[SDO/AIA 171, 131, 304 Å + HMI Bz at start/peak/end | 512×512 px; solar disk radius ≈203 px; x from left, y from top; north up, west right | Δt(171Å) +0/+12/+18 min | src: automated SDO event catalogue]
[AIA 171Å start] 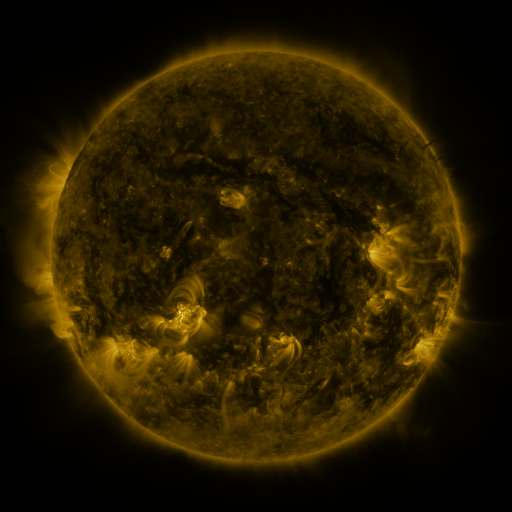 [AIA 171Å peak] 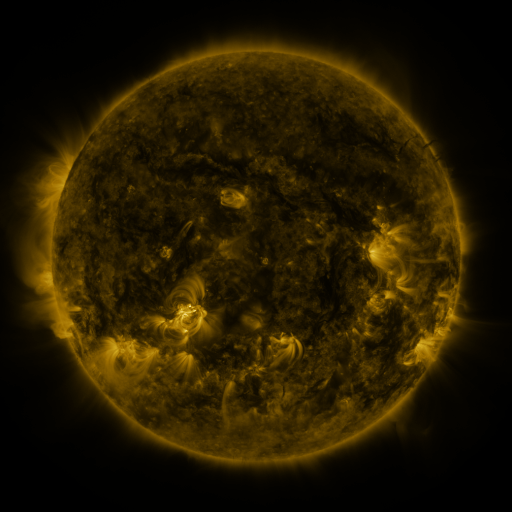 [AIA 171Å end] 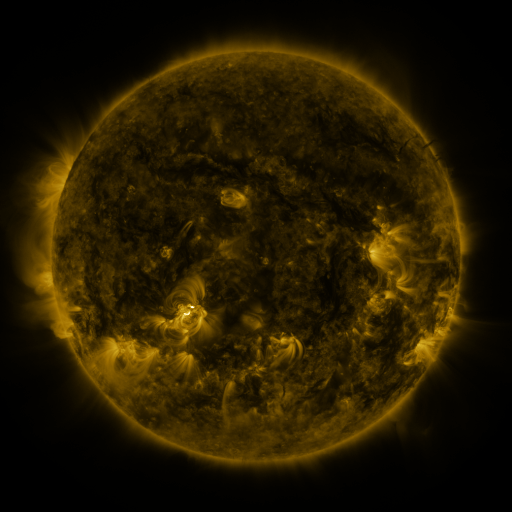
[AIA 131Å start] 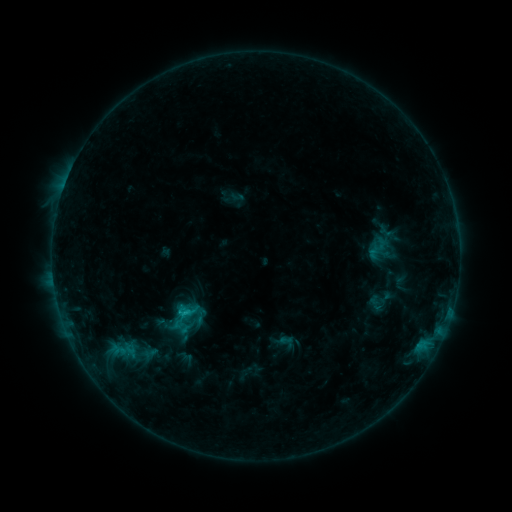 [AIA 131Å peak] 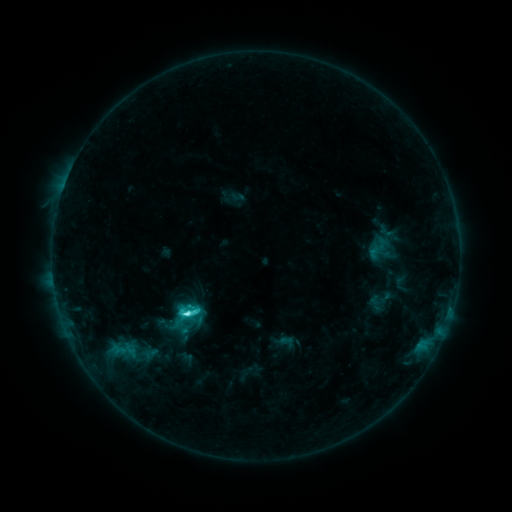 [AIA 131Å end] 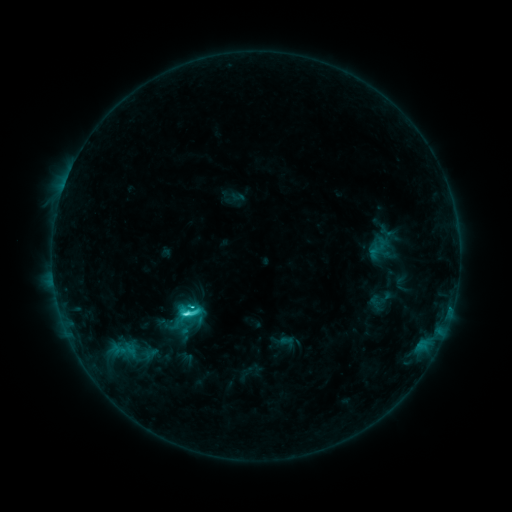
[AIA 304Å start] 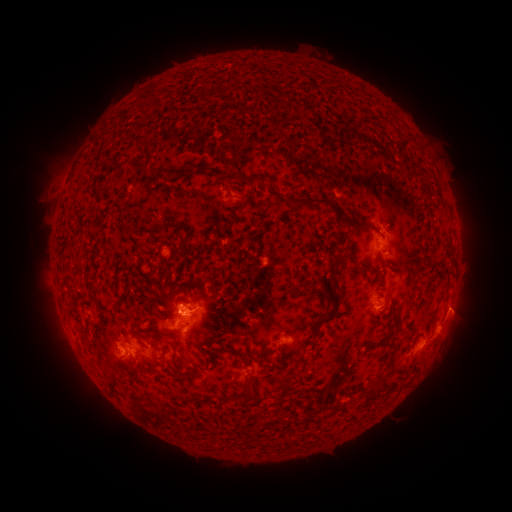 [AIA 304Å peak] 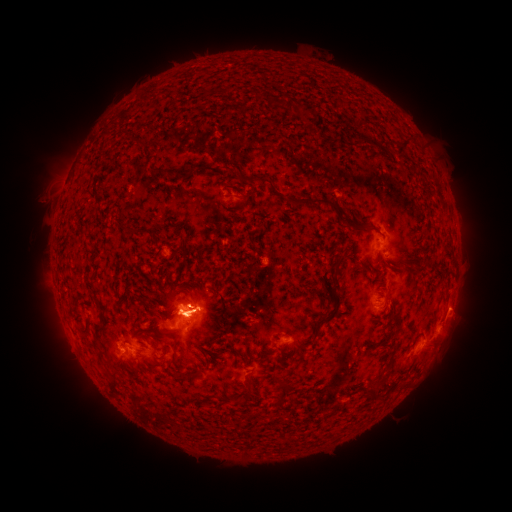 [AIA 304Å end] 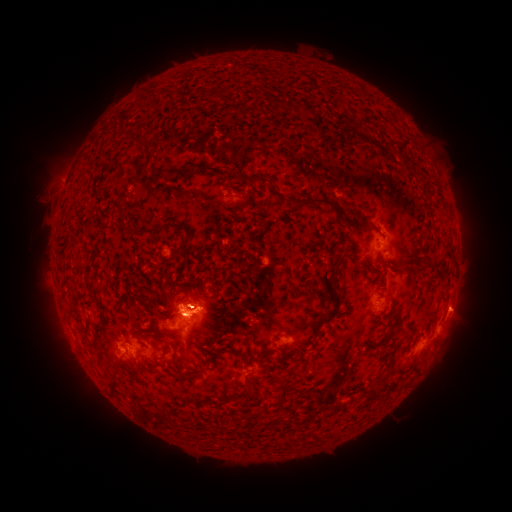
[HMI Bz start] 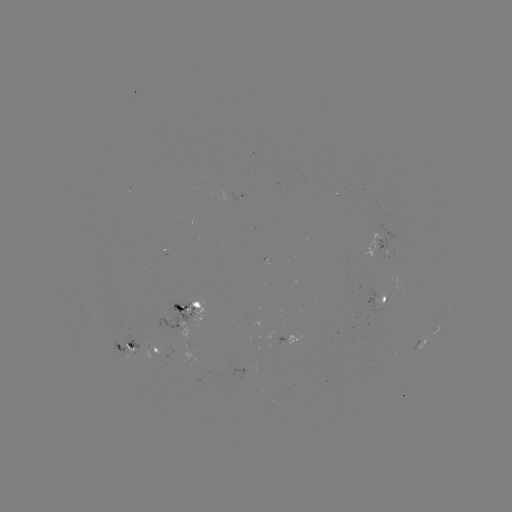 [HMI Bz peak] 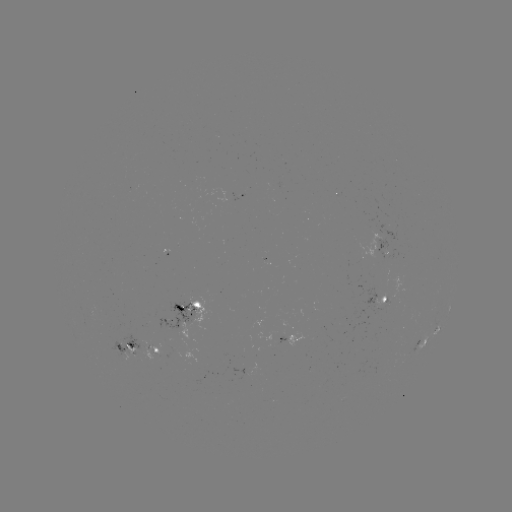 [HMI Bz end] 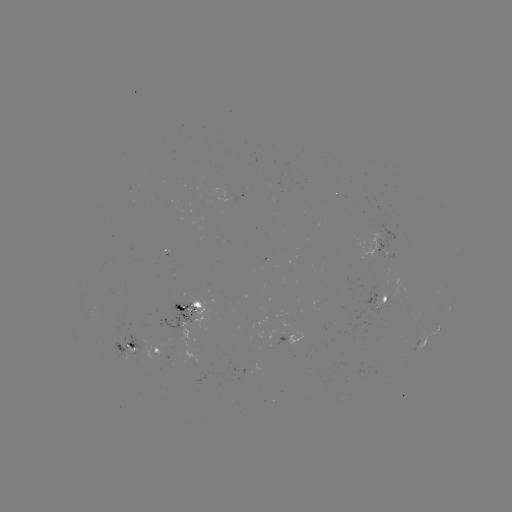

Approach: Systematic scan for C5.5 flare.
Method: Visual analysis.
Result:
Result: C5.5 flare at (187, 311).